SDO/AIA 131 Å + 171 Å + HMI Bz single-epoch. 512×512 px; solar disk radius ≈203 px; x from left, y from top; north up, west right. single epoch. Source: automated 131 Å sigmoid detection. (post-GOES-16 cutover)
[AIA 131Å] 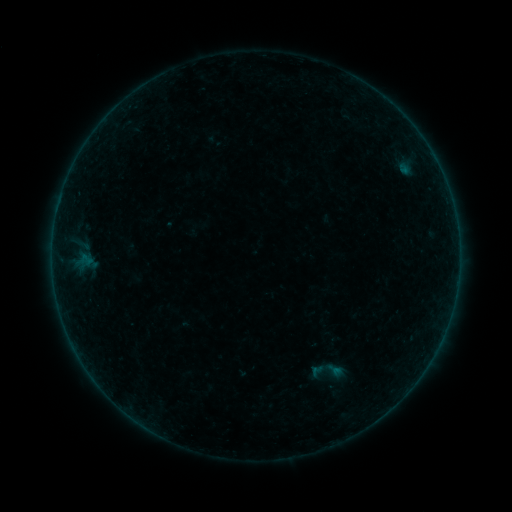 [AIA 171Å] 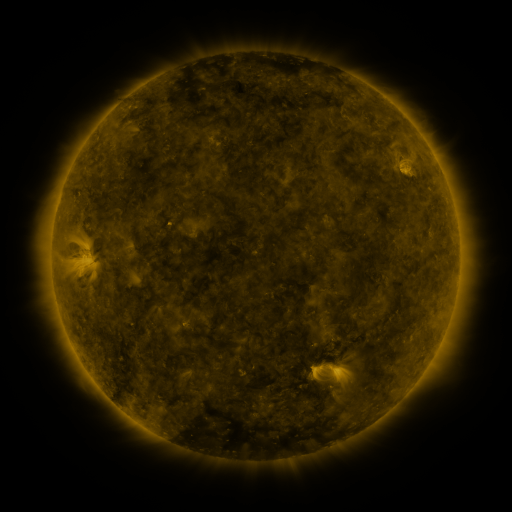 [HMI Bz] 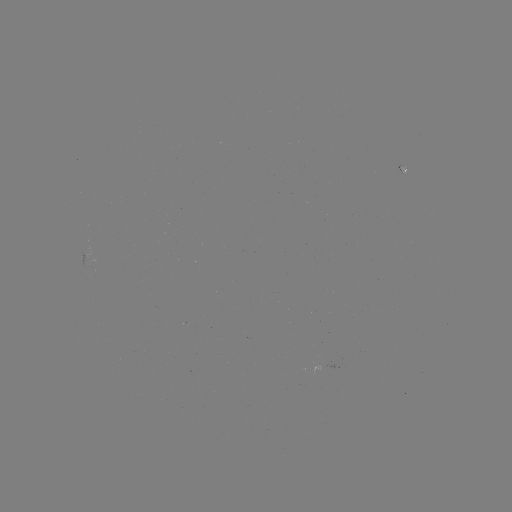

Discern sigmoid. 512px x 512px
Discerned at [327, 373].